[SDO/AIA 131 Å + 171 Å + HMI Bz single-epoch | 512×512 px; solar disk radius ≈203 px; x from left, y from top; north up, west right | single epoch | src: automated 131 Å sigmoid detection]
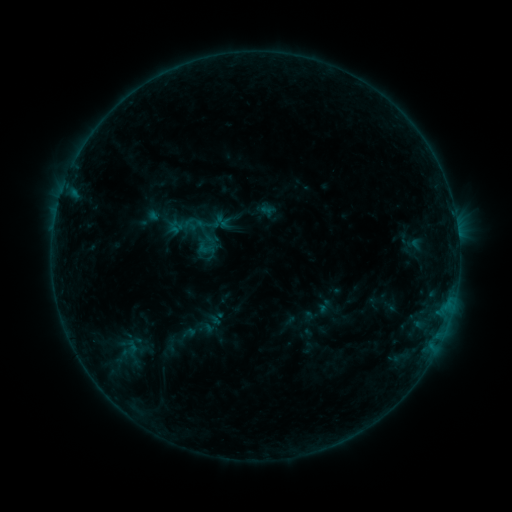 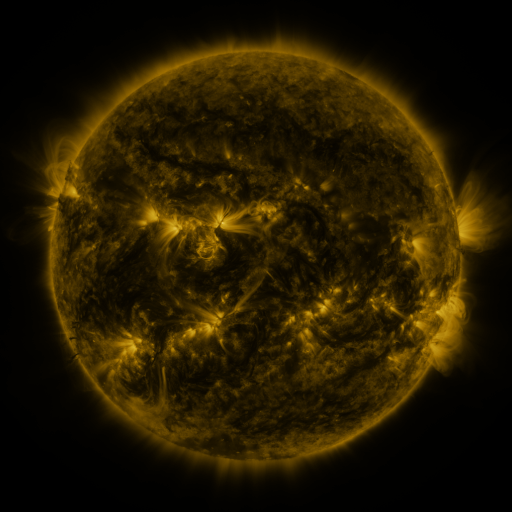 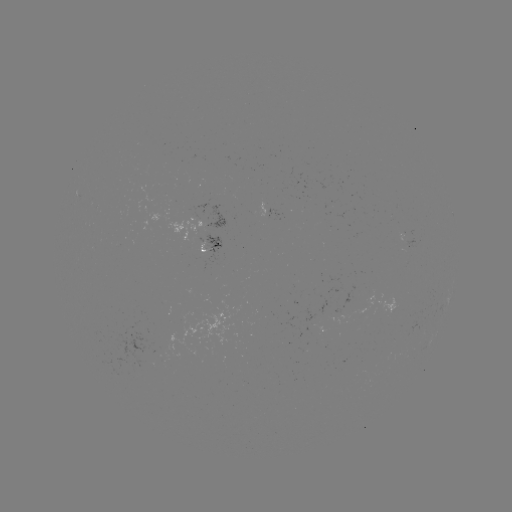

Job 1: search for sigmoid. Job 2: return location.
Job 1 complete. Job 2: [203, 230].